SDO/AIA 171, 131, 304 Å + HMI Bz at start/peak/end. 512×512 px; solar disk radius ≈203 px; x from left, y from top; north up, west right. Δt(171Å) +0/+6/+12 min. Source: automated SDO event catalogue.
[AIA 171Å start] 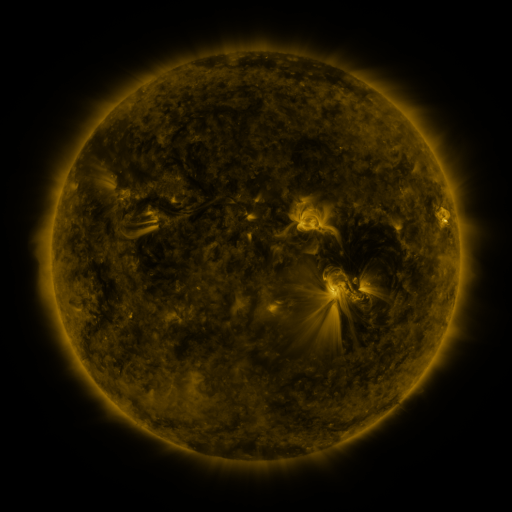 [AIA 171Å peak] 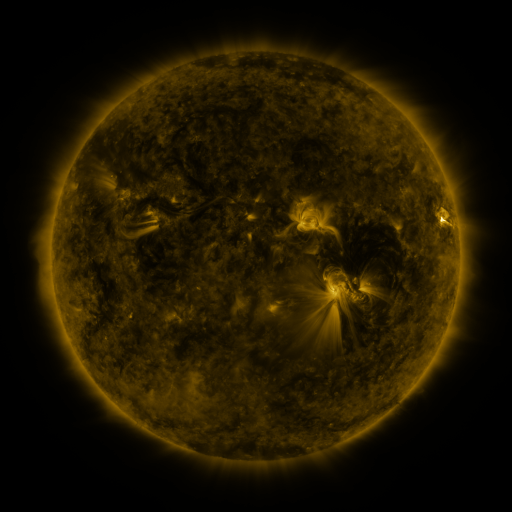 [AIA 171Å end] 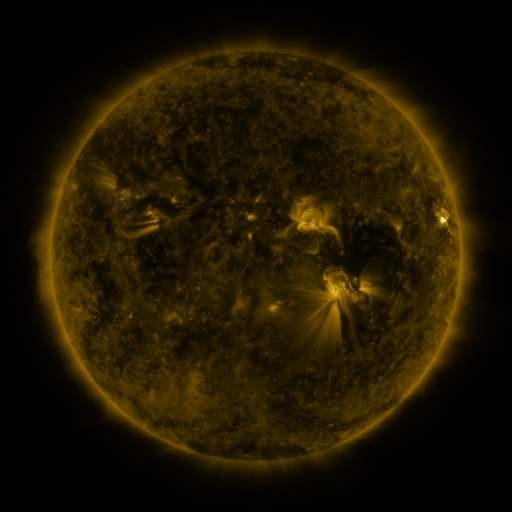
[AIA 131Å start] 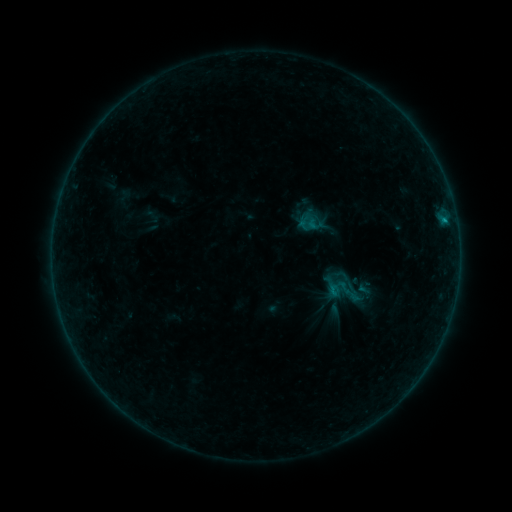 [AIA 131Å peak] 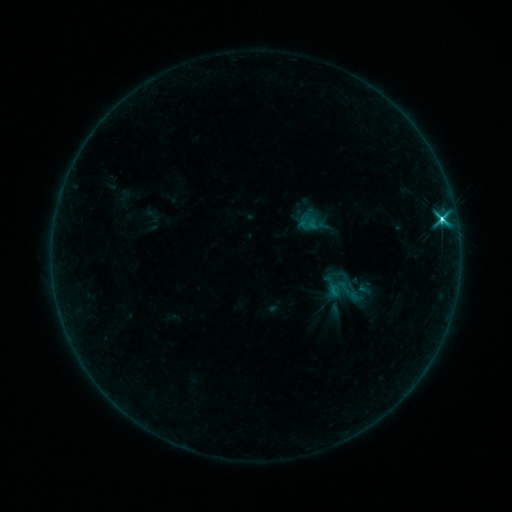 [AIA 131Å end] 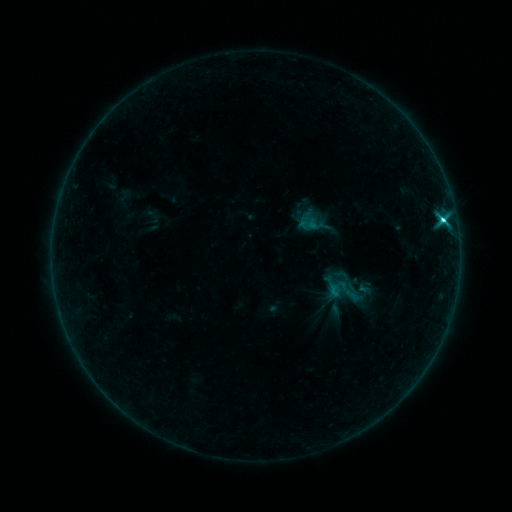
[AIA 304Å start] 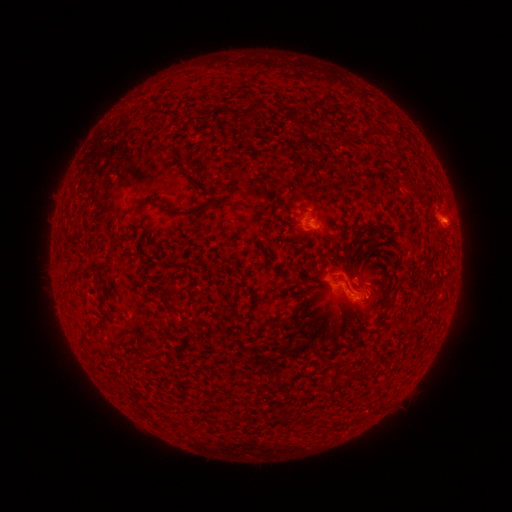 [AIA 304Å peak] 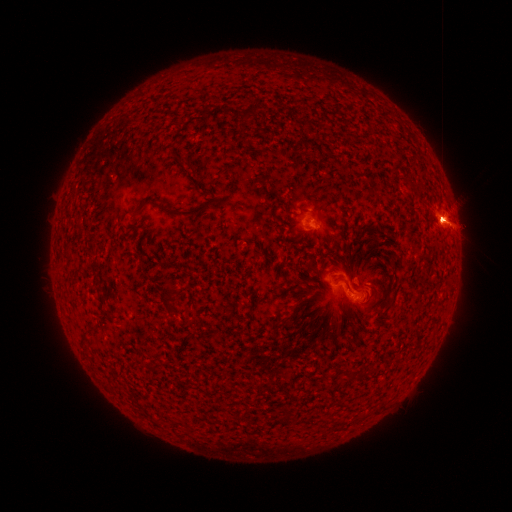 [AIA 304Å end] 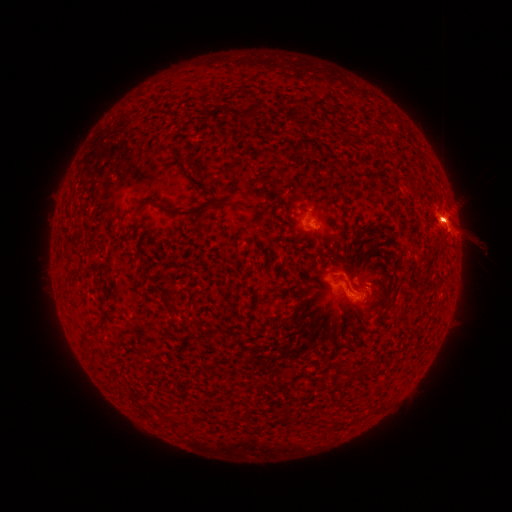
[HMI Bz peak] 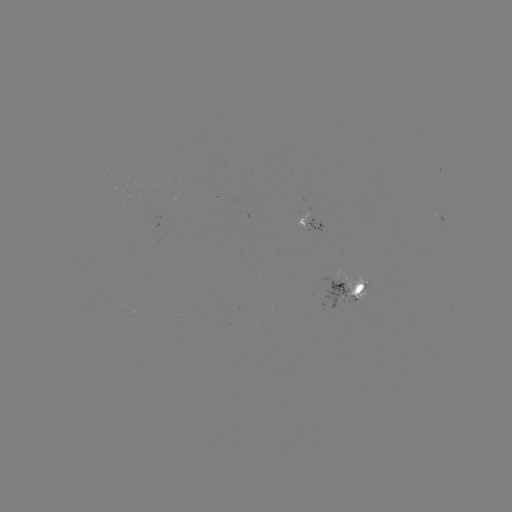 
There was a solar flare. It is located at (441, 222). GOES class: C8.4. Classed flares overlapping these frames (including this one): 1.